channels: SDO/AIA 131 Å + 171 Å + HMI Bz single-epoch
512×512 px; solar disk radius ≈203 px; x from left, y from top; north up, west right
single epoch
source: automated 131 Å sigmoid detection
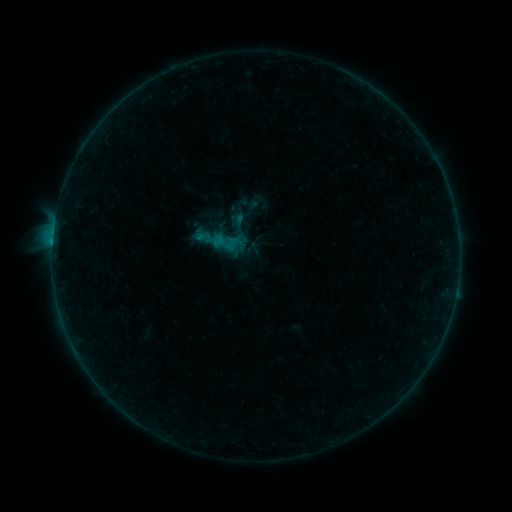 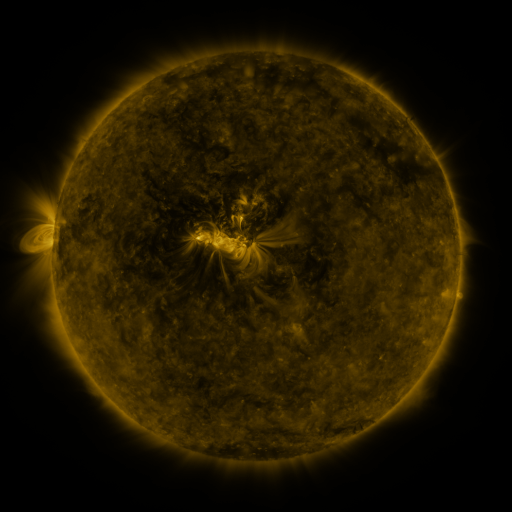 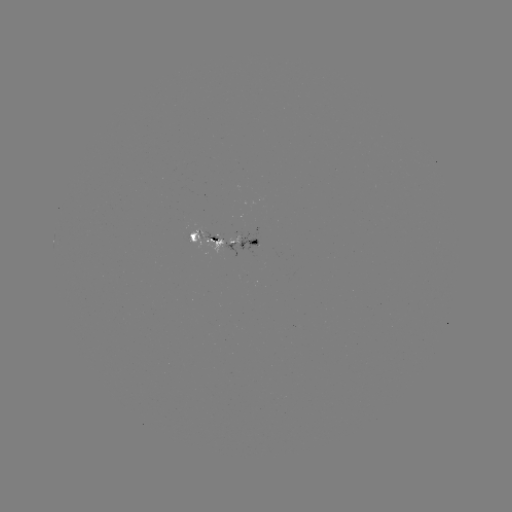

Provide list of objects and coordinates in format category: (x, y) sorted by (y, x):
sigmoid: (214, 216)
